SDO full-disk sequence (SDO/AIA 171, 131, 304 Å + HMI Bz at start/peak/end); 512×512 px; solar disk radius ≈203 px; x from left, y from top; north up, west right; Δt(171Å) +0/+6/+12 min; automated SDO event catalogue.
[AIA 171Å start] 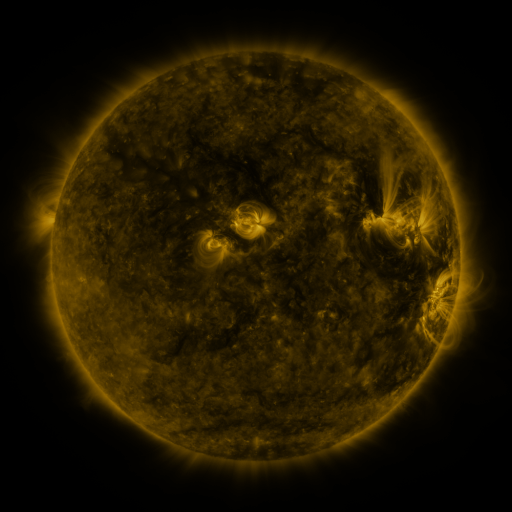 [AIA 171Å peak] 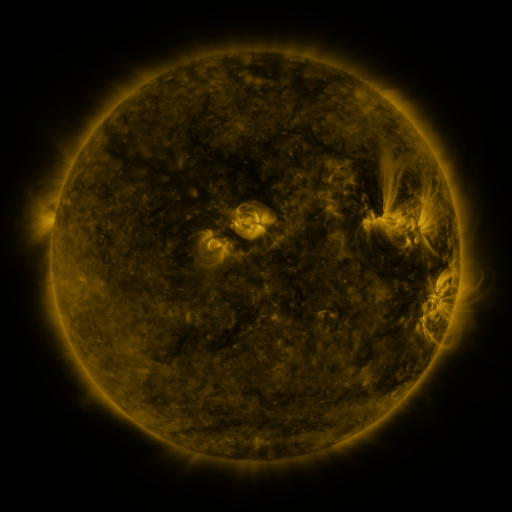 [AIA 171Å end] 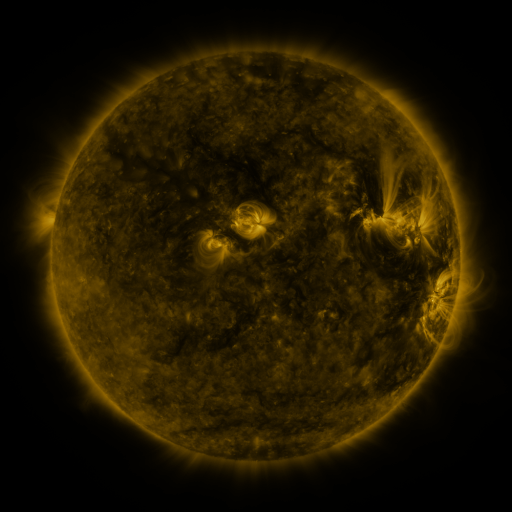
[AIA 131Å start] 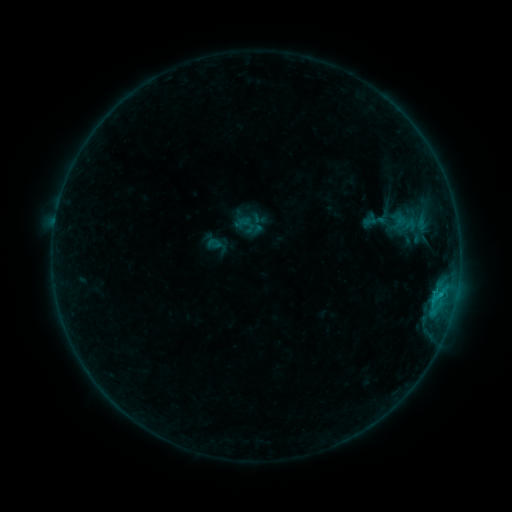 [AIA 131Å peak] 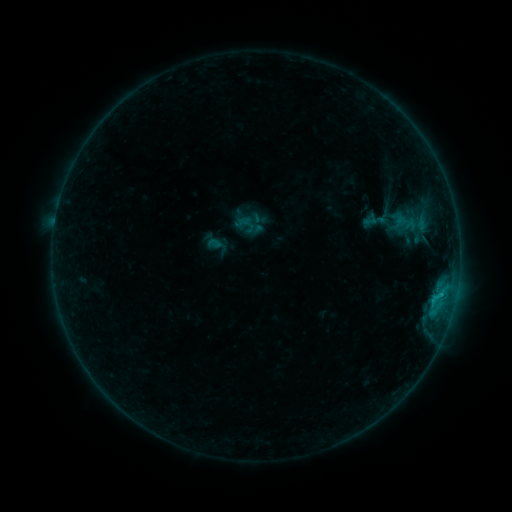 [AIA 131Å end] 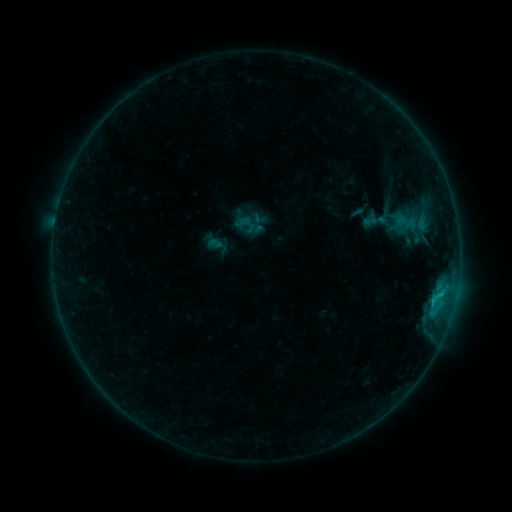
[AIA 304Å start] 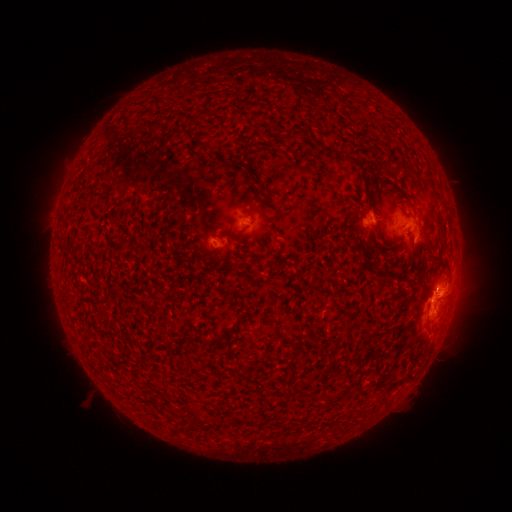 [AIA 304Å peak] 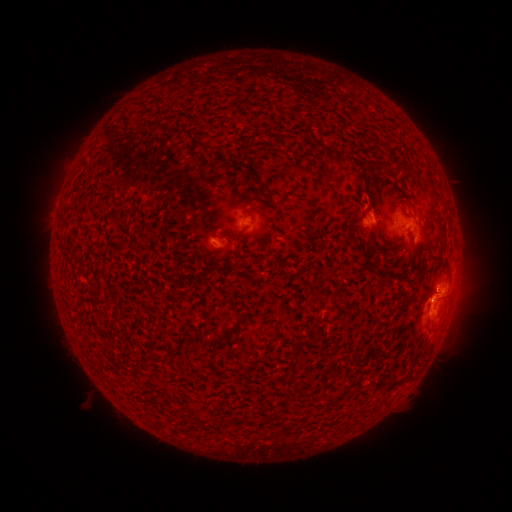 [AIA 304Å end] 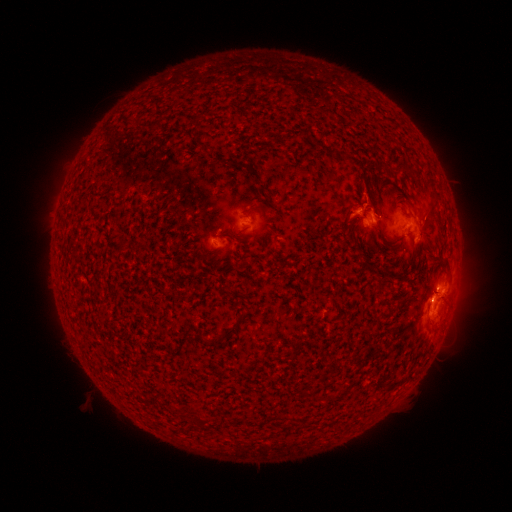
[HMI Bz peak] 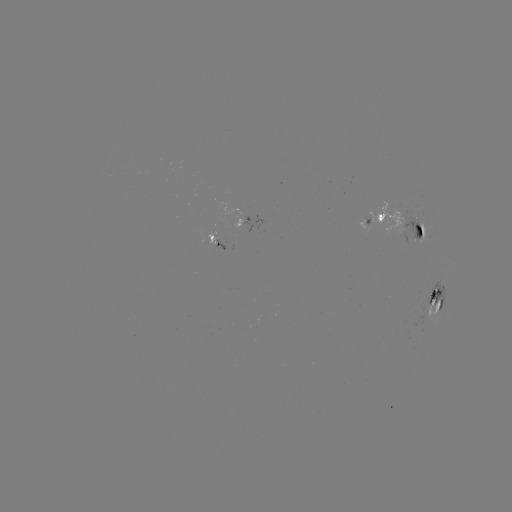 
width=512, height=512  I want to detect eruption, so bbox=[327, 183, 378, 233].